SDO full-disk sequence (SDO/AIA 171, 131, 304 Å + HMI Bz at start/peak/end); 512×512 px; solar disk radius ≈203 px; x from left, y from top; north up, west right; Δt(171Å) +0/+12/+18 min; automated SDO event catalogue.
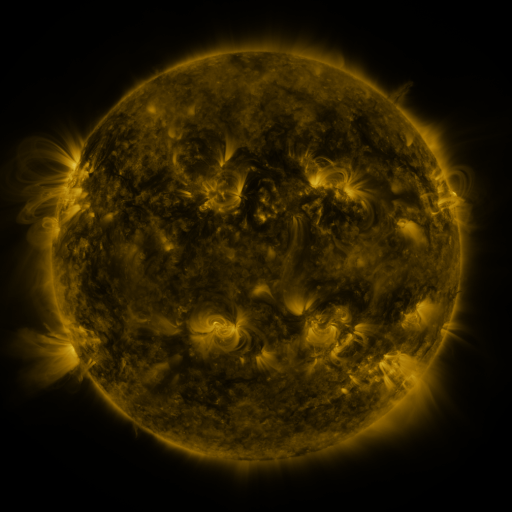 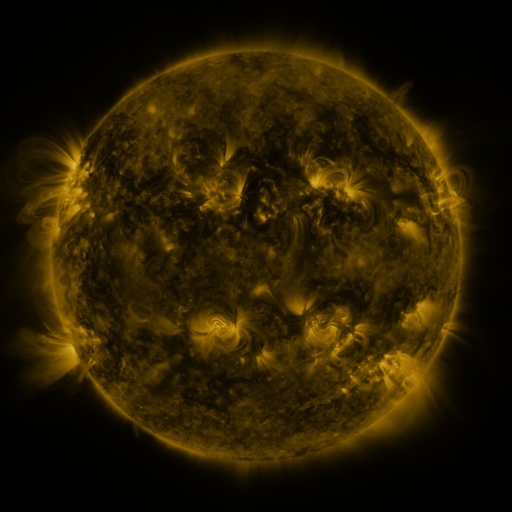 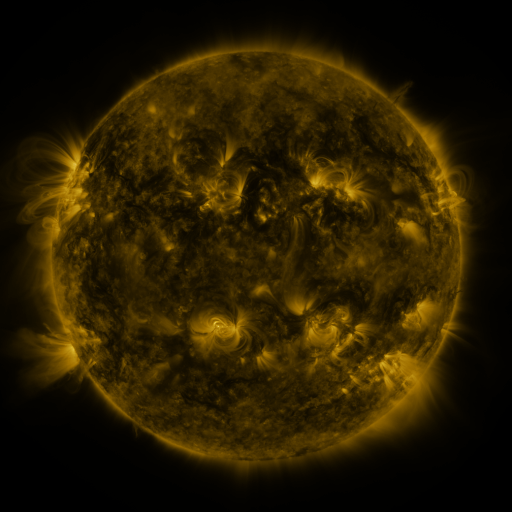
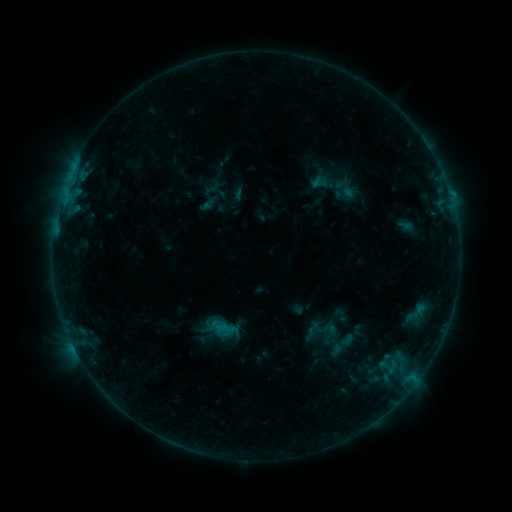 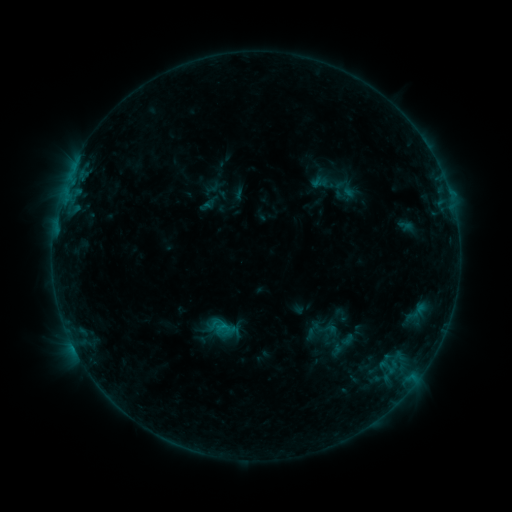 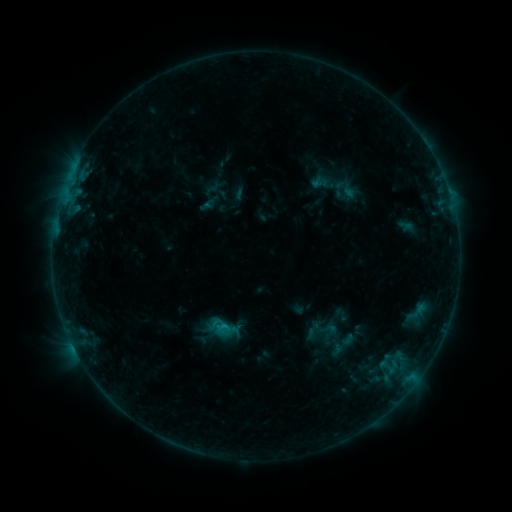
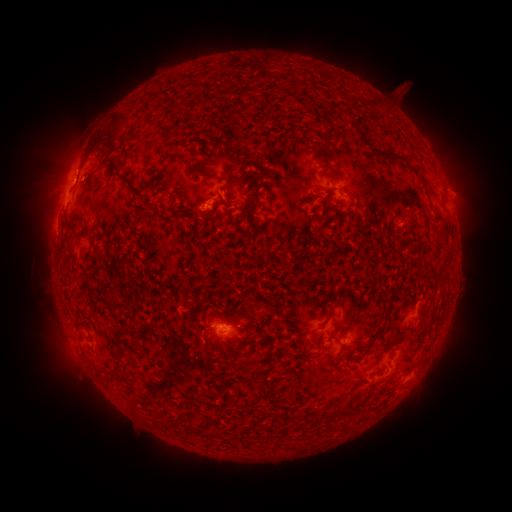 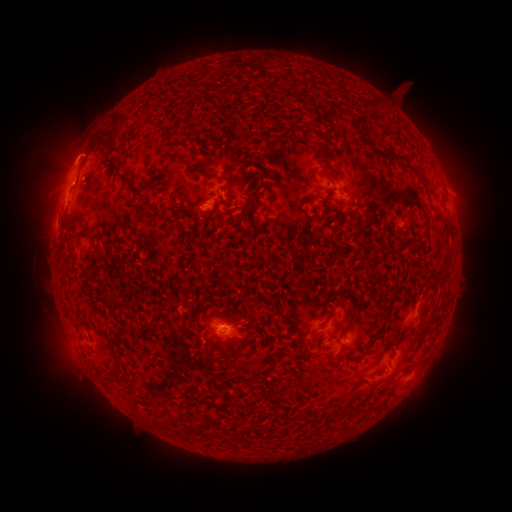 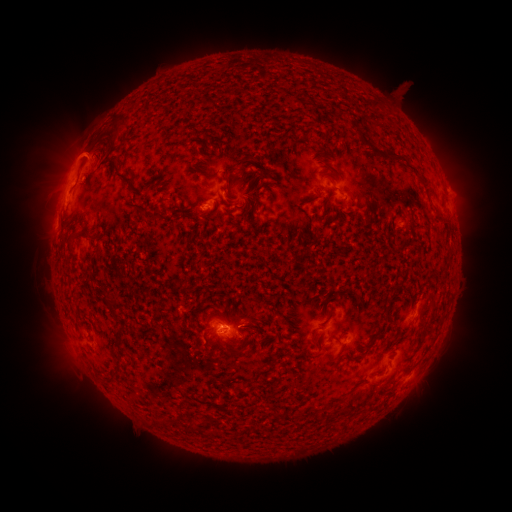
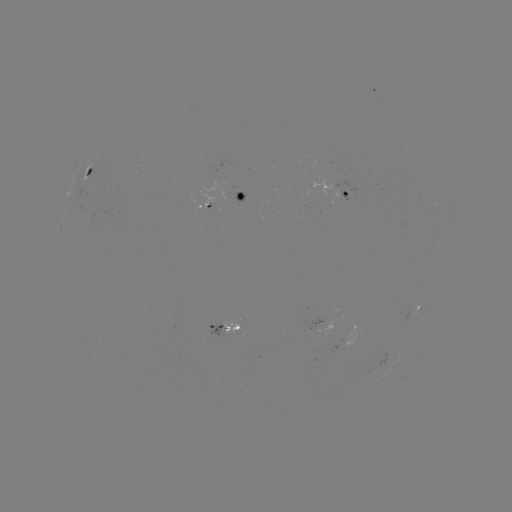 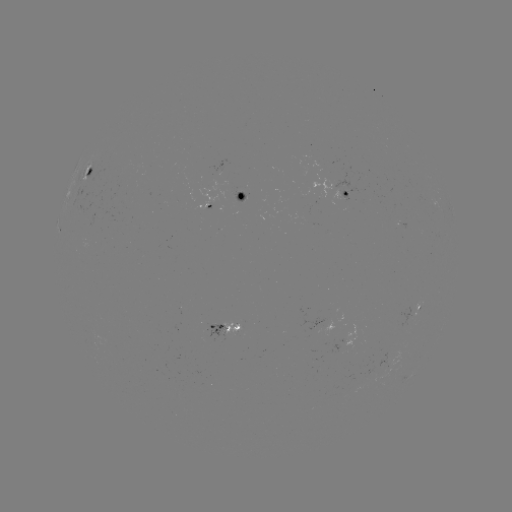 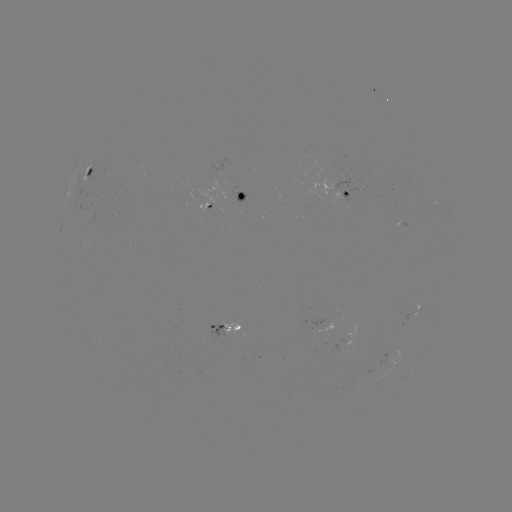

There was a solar eruption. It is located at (74, 149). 